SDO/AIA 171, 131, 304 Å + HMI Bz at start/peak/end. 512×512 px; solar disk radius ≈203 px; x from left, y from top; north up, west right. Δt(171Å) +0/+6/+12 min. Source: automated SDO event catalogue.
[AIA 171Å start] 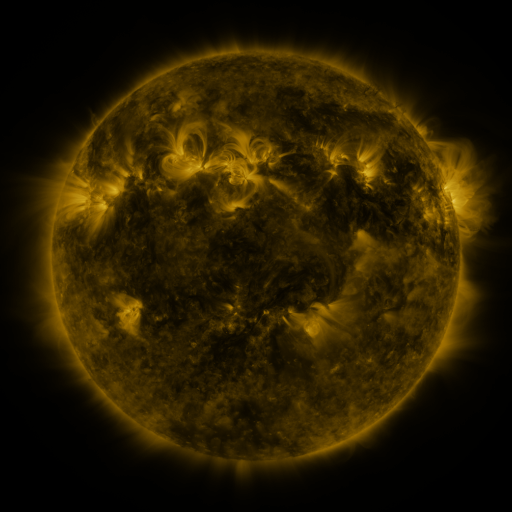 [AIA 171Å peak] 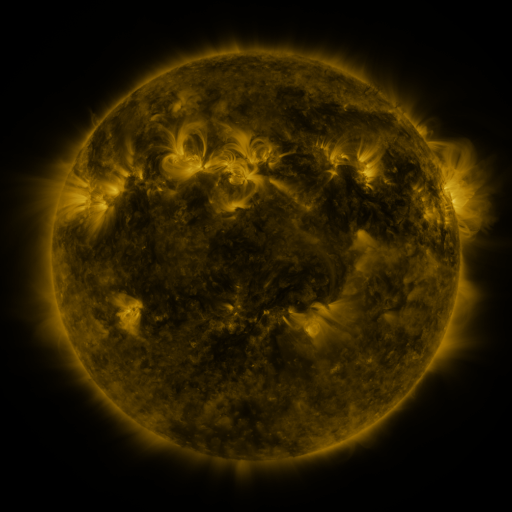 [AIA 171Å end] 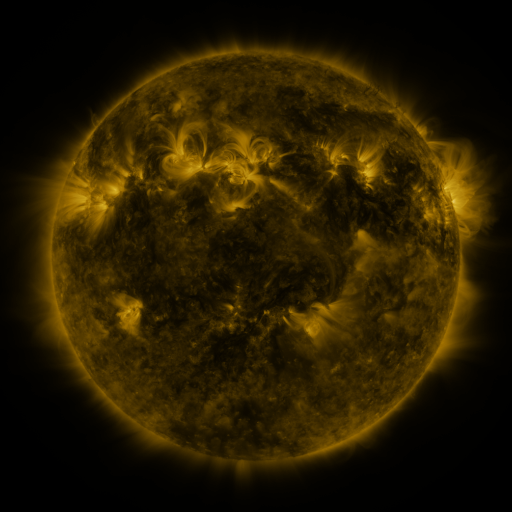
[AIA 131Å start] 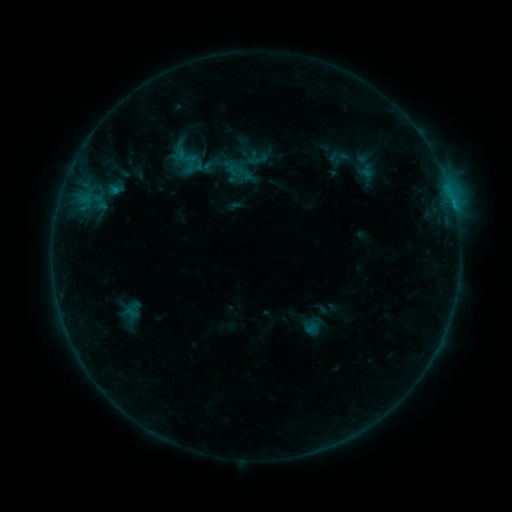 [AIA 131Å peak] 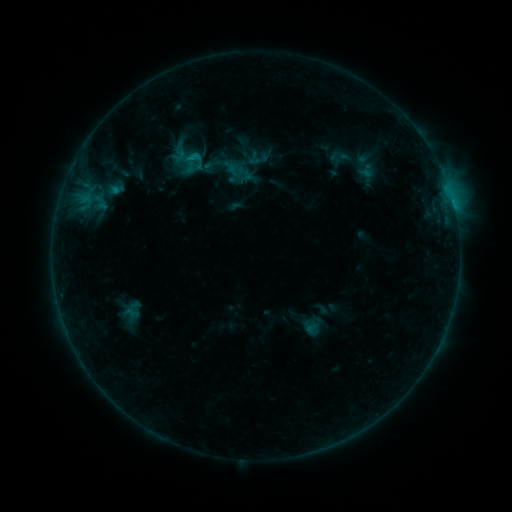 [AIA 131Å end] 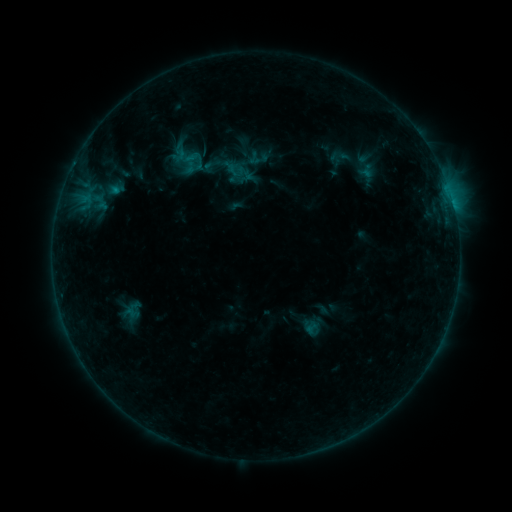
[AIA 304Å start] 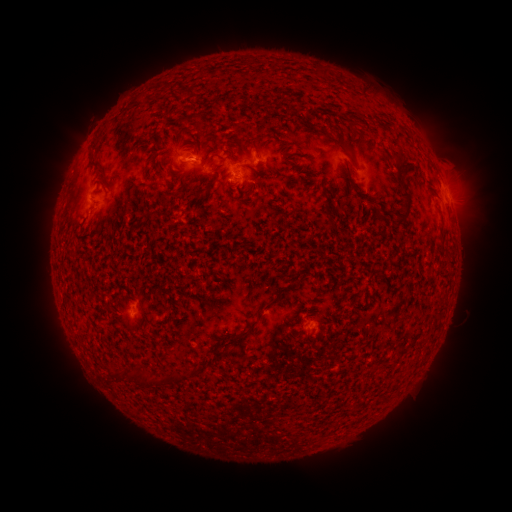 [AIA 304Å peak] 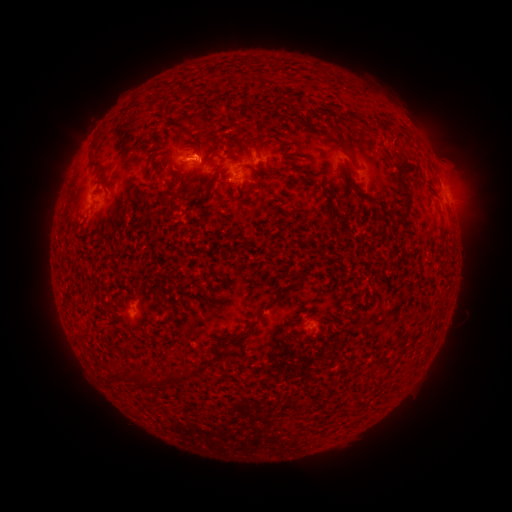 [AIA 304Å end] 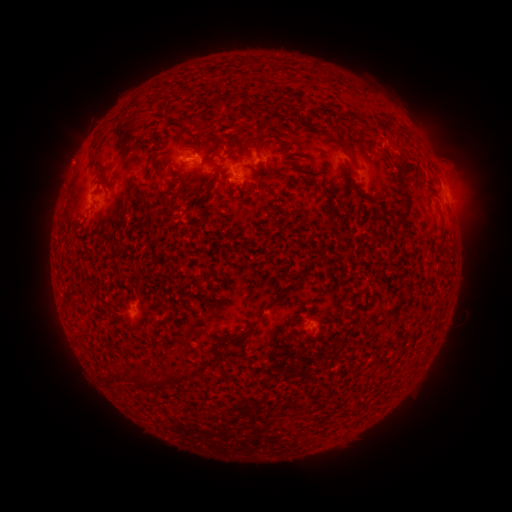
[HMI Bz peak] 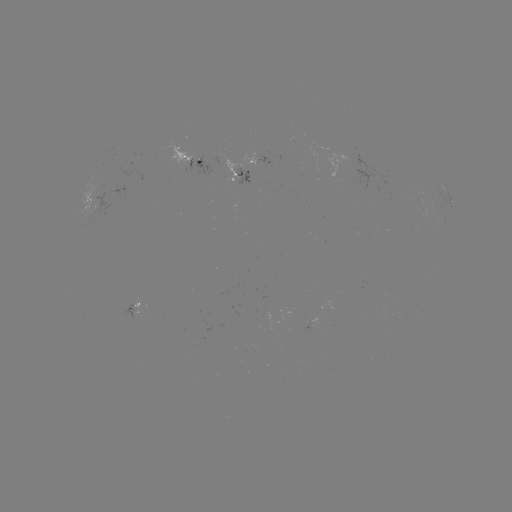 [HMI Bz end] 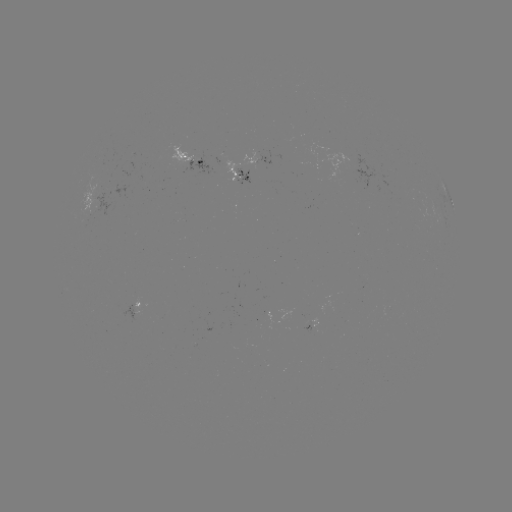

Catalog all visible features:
B5.0 flare: (194, 161)
